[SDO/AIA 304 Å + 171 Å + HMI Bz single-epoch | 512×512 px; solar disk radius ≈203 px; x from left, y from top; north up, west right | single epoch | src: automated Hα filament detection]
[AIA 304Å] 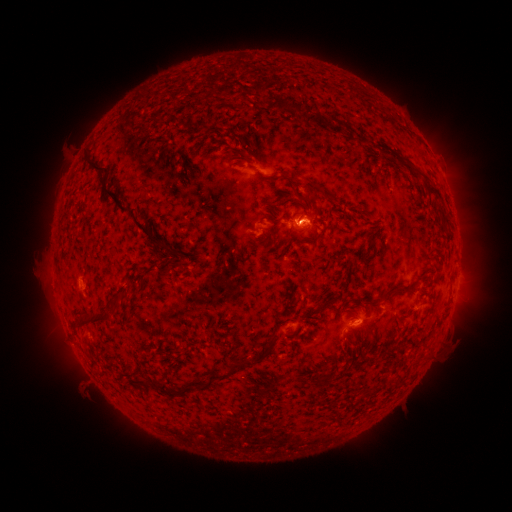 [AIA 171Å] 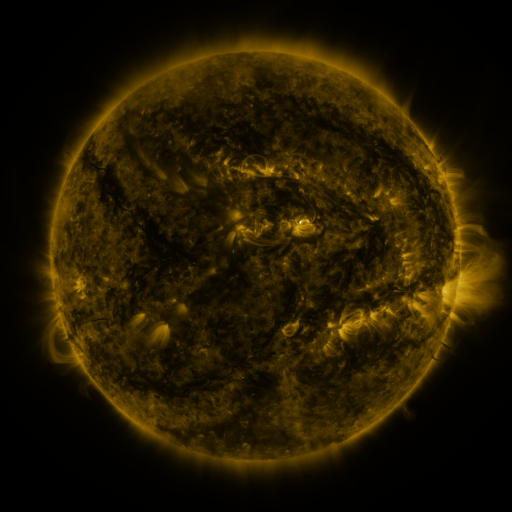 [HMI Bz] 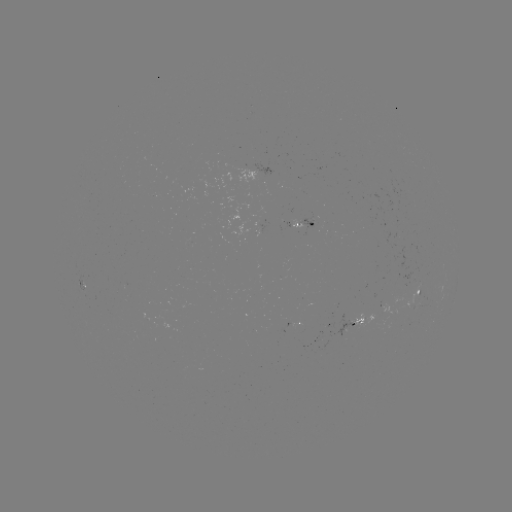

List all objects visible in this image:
filament: (266, 99)
filament: (233, 101)
filament: (286, 106)
filament: (310, 116)
filament: (162, 118)
filament: (338, 126)
filament: (231, 134)
filament: (252, 138)
filament: (379, 145)
filament: (208, 149)
filament: (245, 156)
filament: (94, 166)
filament: (428, 181)
filament: (329, 194)
filament: (306, 196)
filament: (280, 205)
filament: (318, 210)
filament: (133, 217)
filament: (301, 217)
filament: (445, 219)
filament: (402, 227)
filament: (183, 257)
filament: (352, 265)
filament: (400, 288)
filament: (126, 294)
filament: (115, 310)
filament: (305, 319)
filament: (93, 321)
filament: (385, 353)
filament: (253, 362)
filament: (196, 388)
filament: (165, 389)
